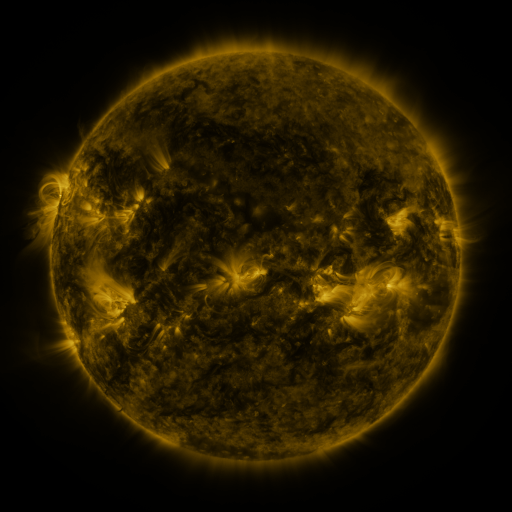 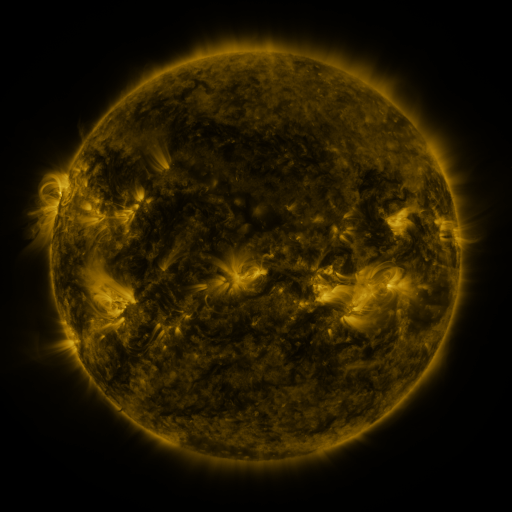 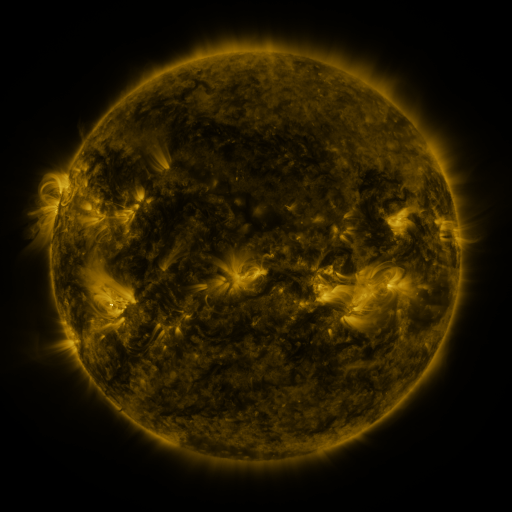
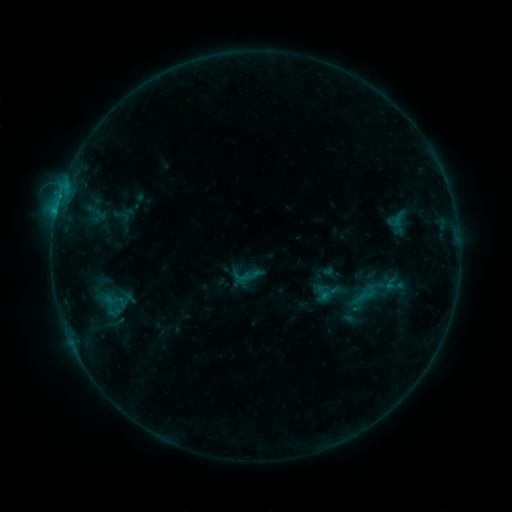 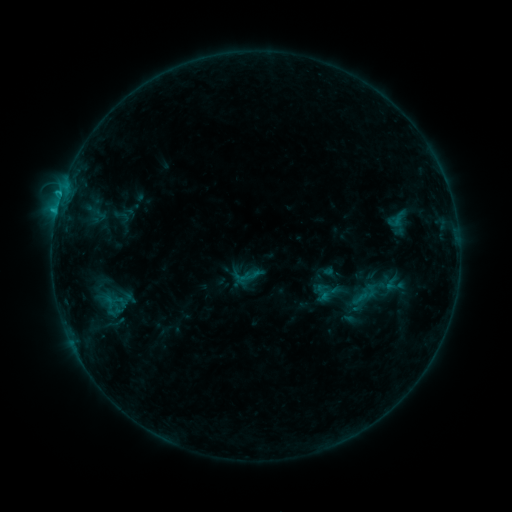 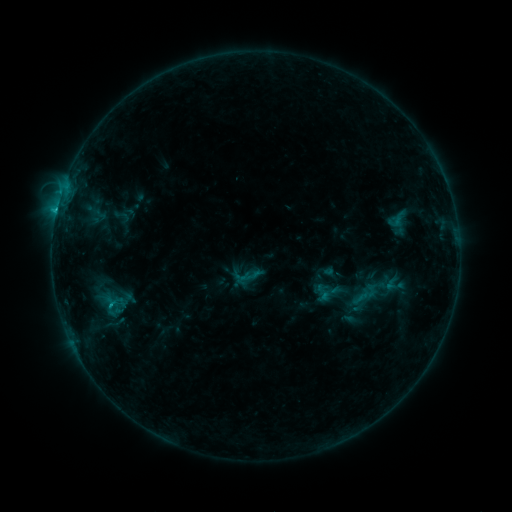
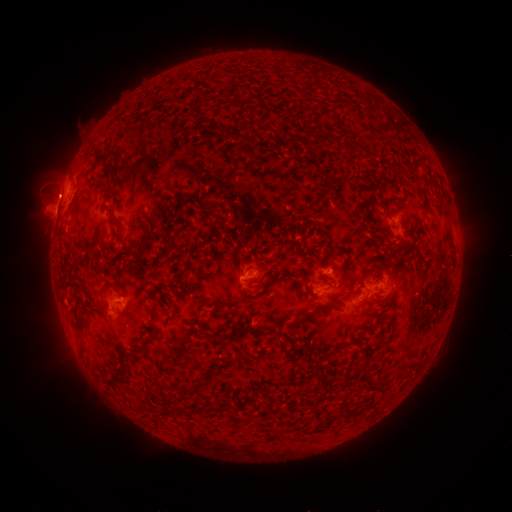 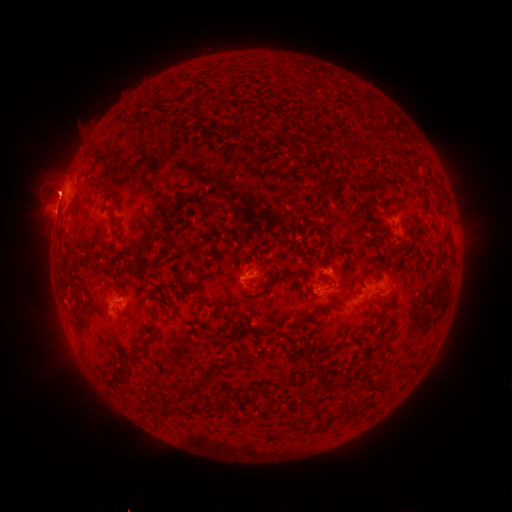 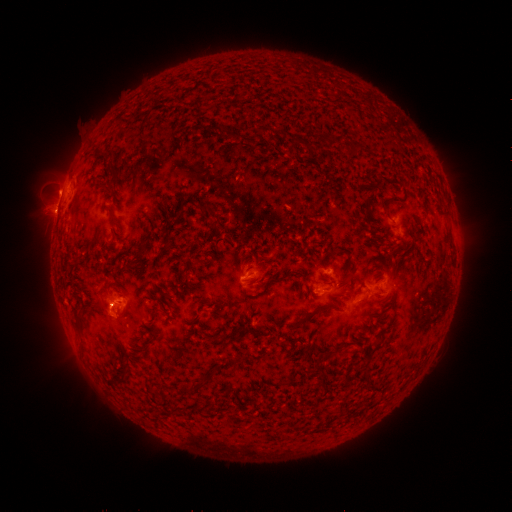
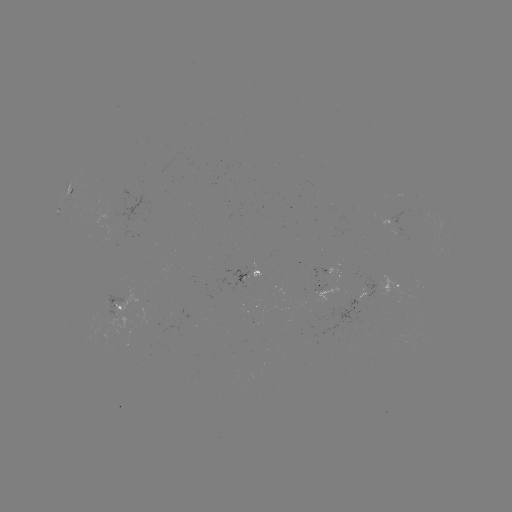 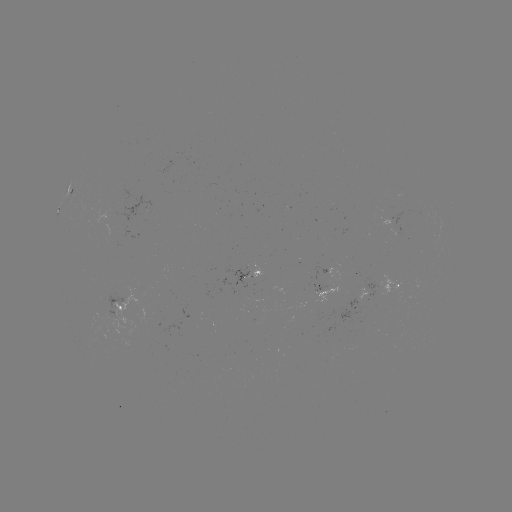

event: eruption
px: (58, 192)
